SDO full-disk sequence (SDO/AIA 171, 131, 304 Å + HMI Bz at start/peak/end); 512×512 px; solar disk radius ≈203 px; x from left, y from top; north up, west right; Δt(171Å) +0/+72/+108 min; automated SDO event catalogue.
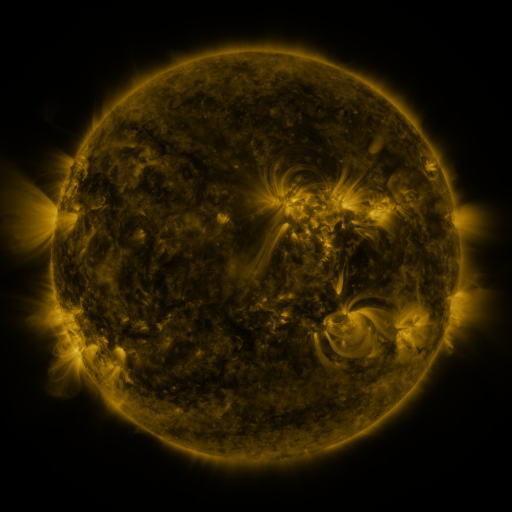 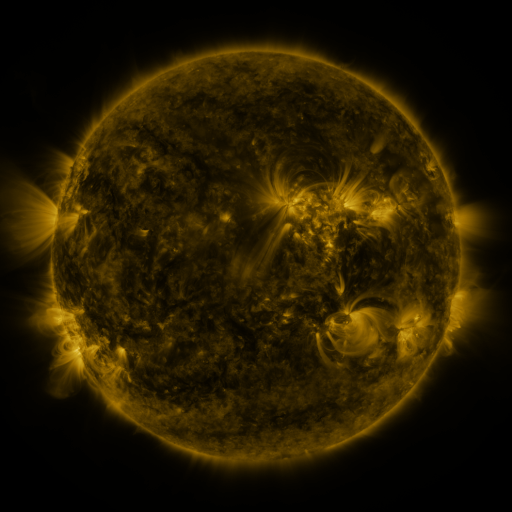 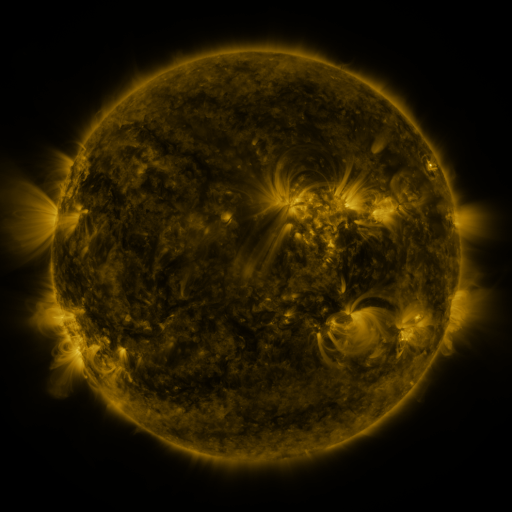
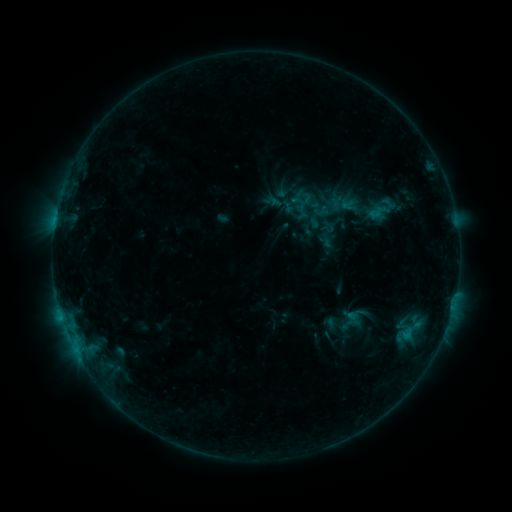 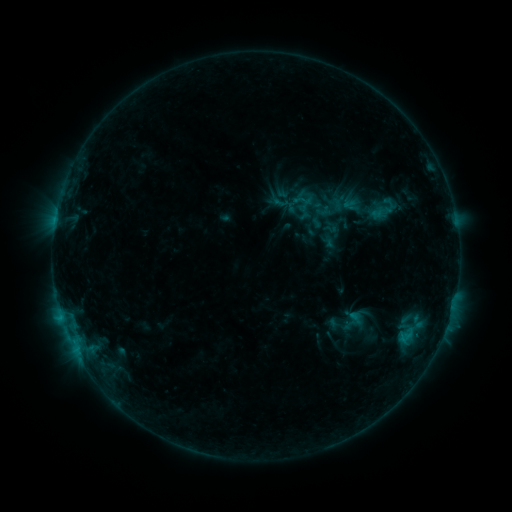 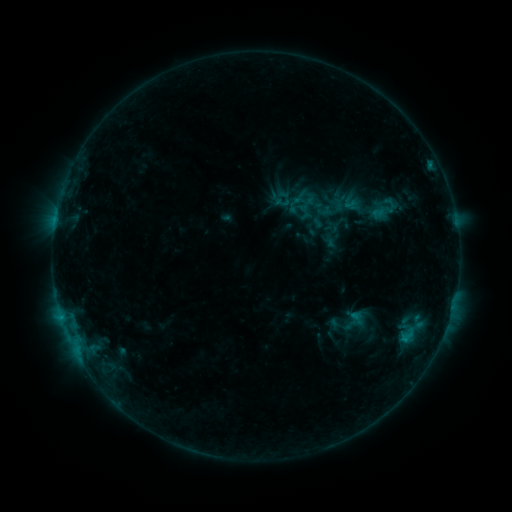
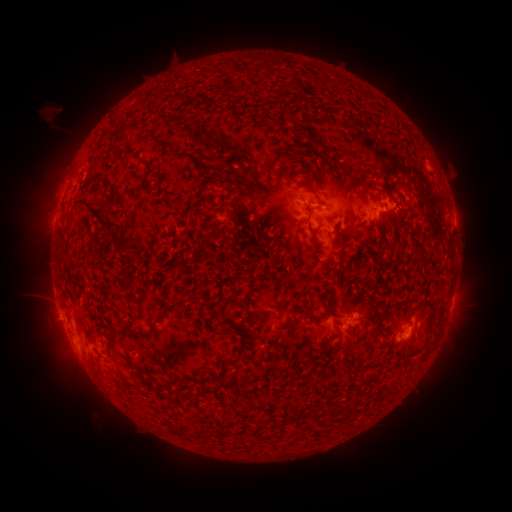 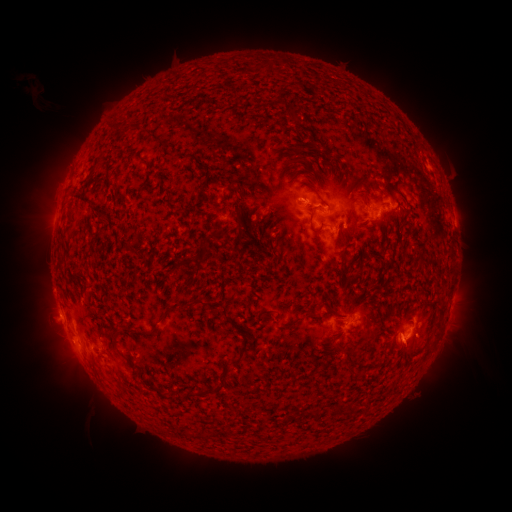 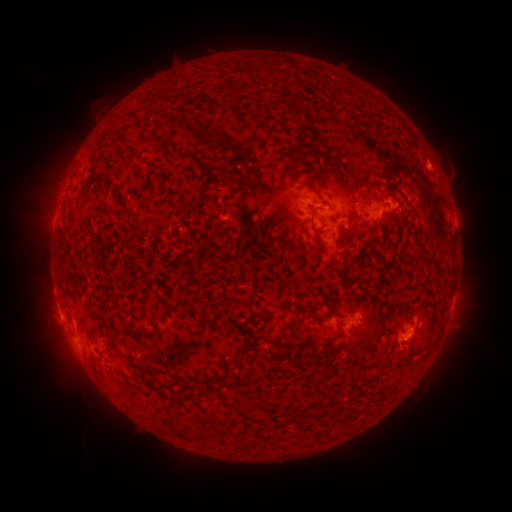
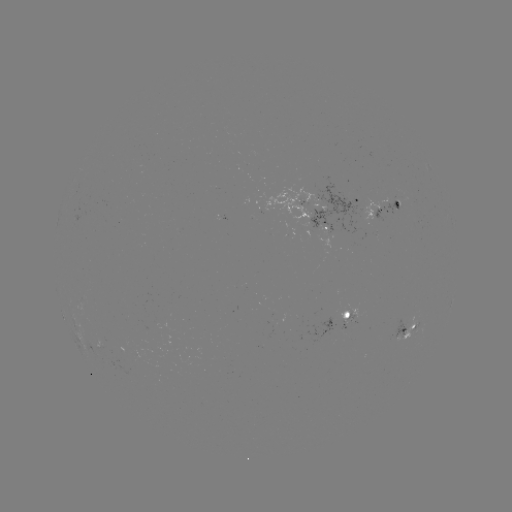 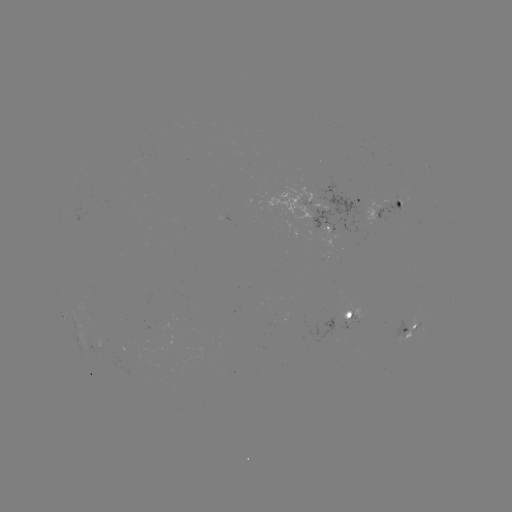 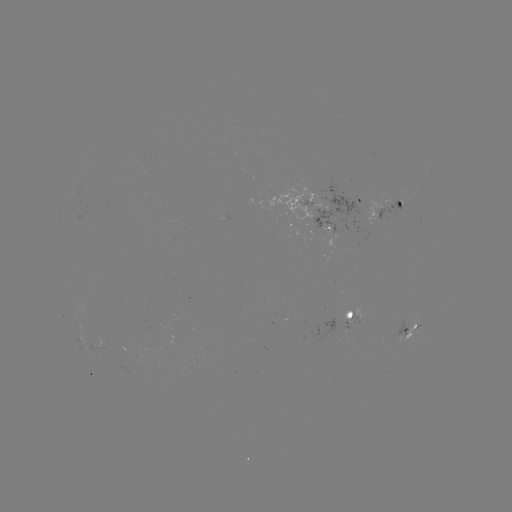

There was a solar emerging-flux region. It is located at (323, 215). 